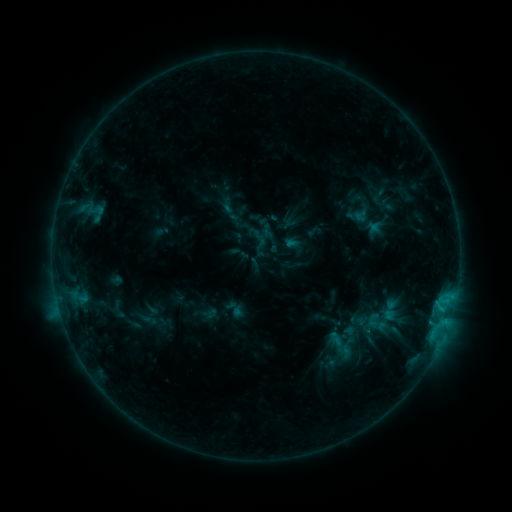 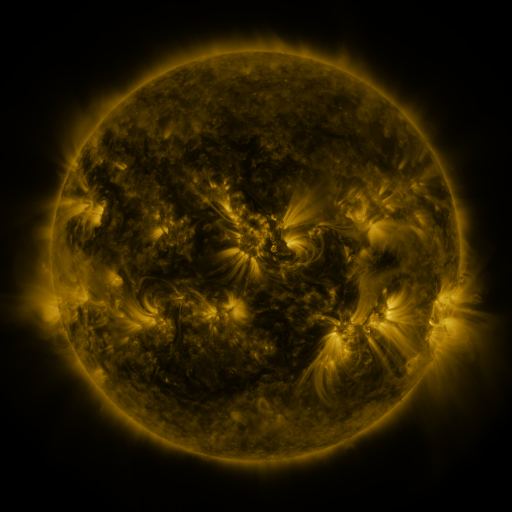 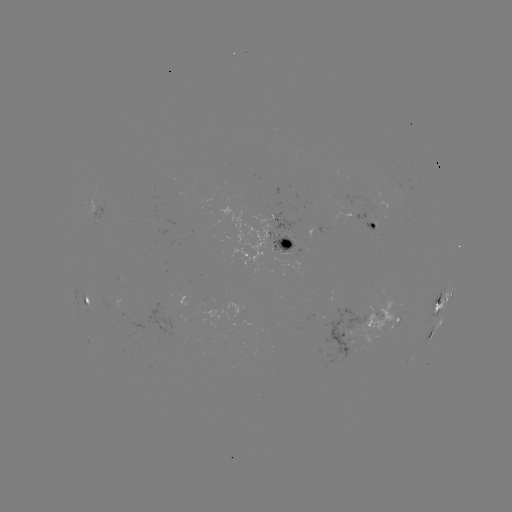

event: sigmoid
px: (259, 238)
